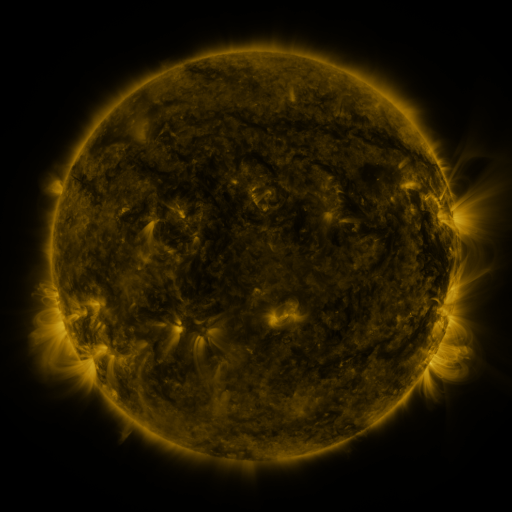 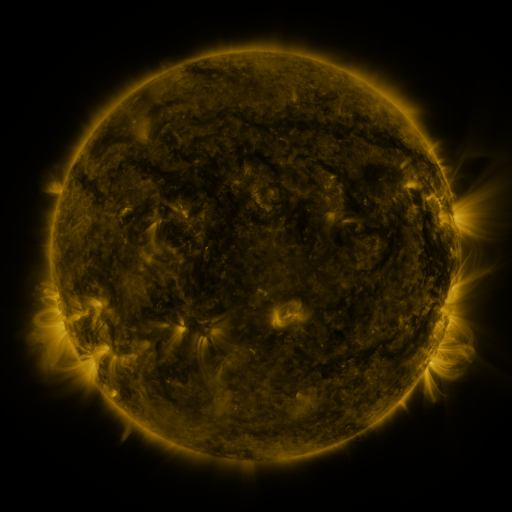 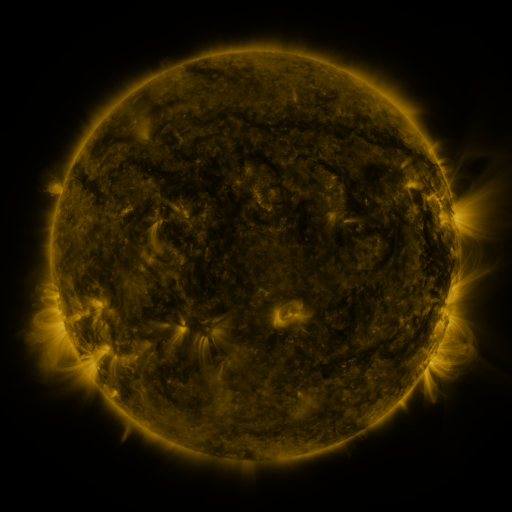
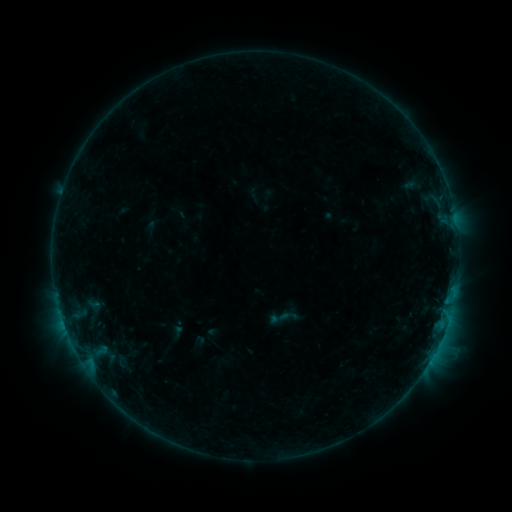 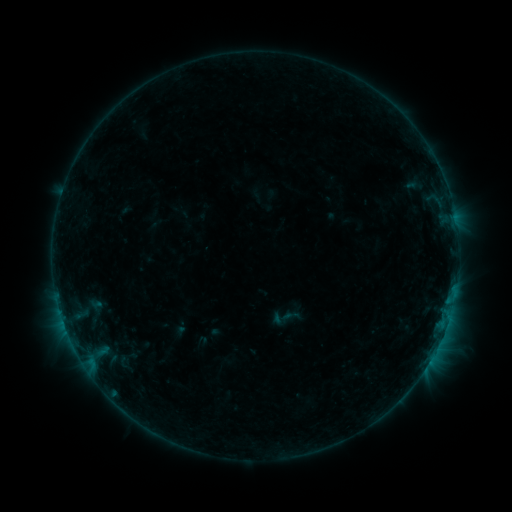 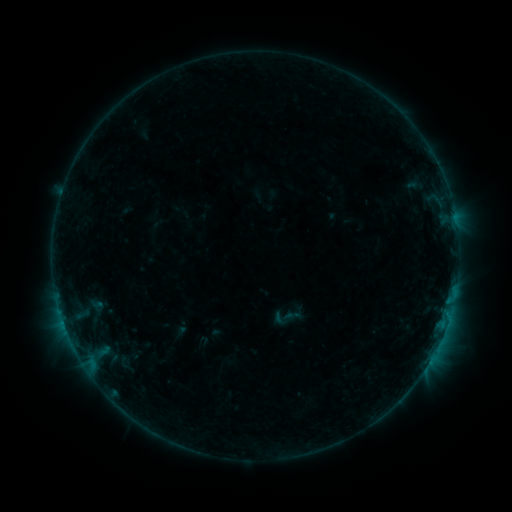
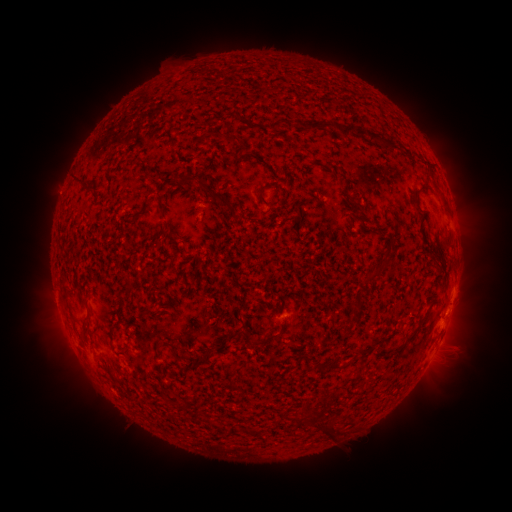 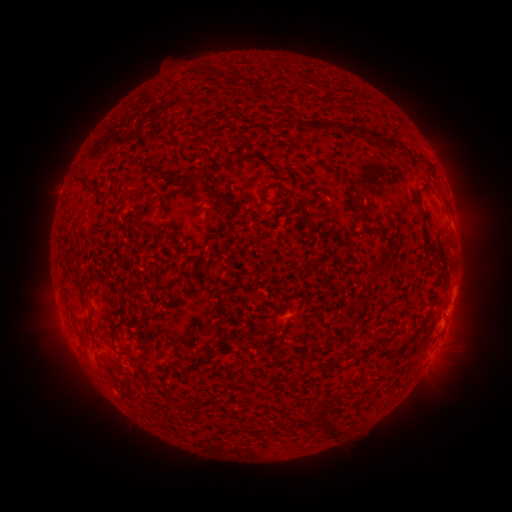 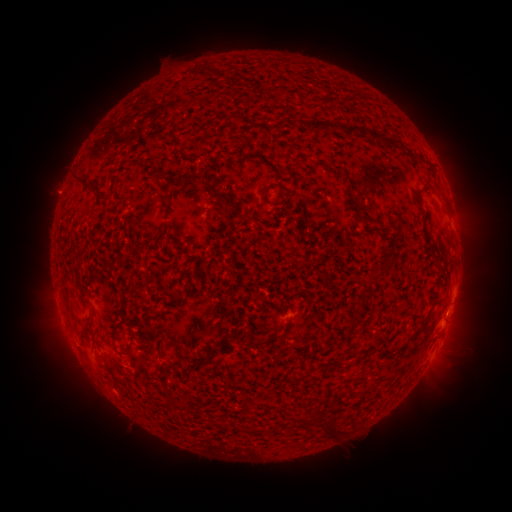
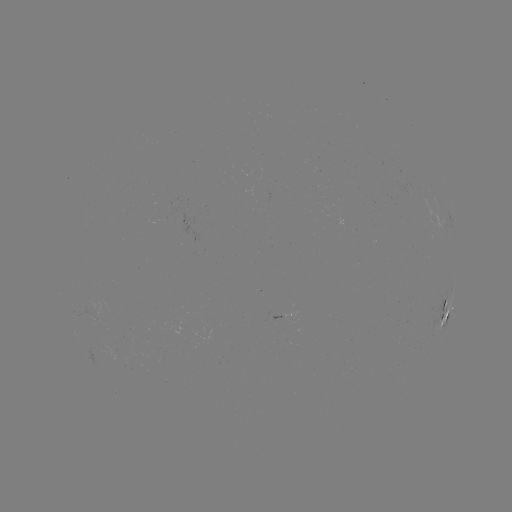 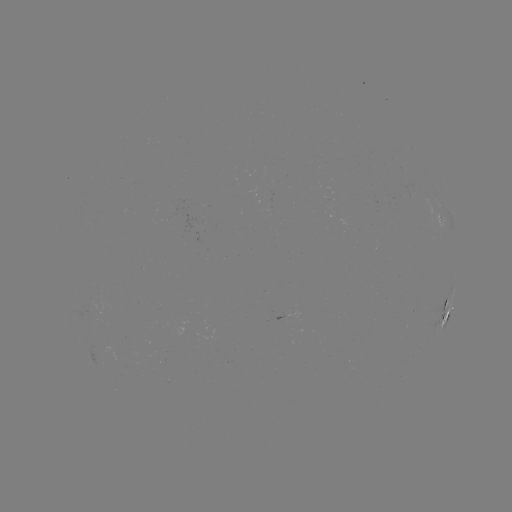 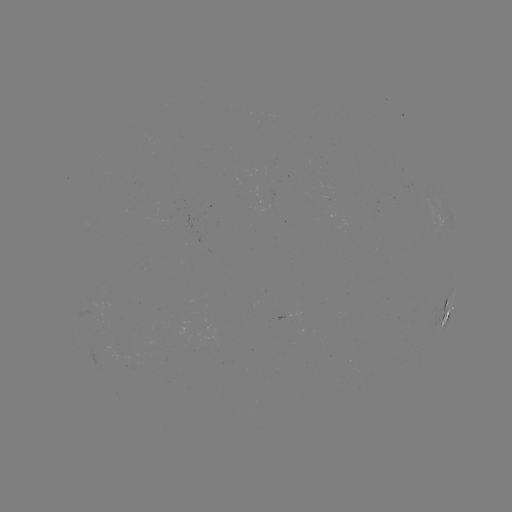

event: emerging-flux region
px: (92, 314)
